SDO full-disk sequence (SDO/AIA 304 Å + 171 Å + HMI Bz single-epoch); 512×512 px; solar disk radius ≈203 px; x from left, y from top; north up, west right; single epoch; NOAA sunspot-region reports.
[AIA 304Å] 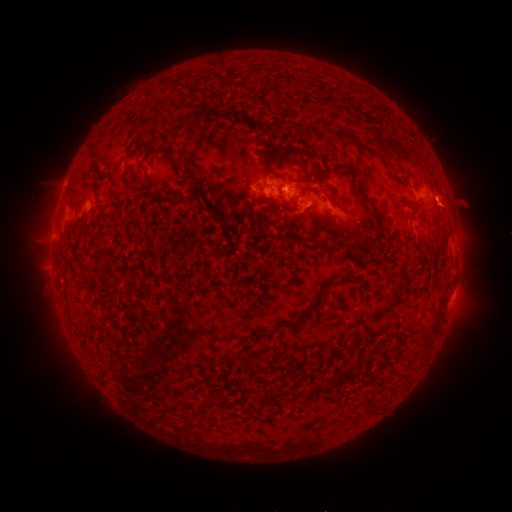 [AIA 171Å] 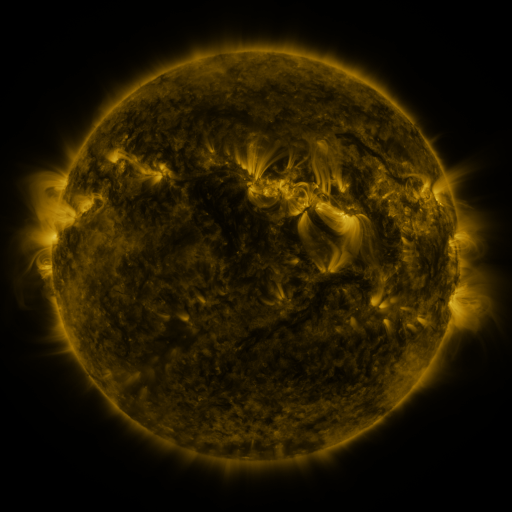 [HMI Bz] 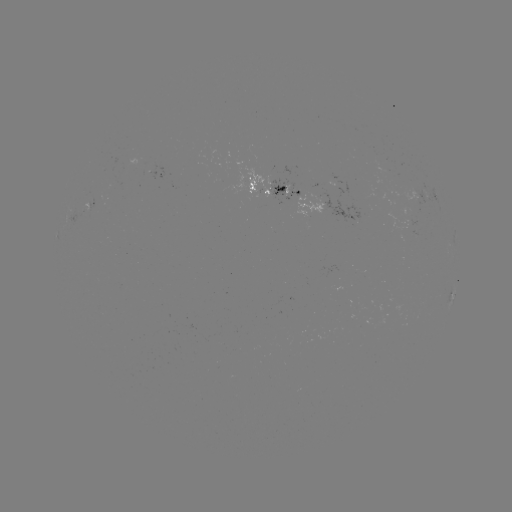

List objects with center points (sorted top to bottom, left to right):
spotted active region: (164, 173)
spotted active region: (276, 187)
spotted active region: (431, 196)
spotted active region: (453, 295)
